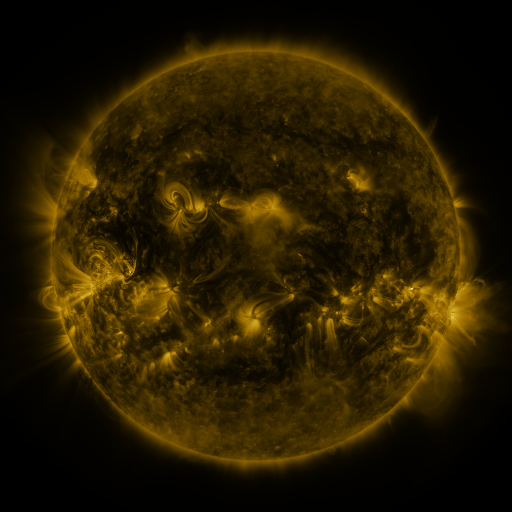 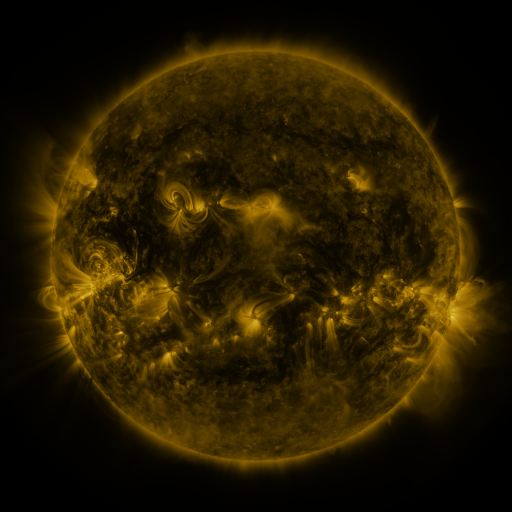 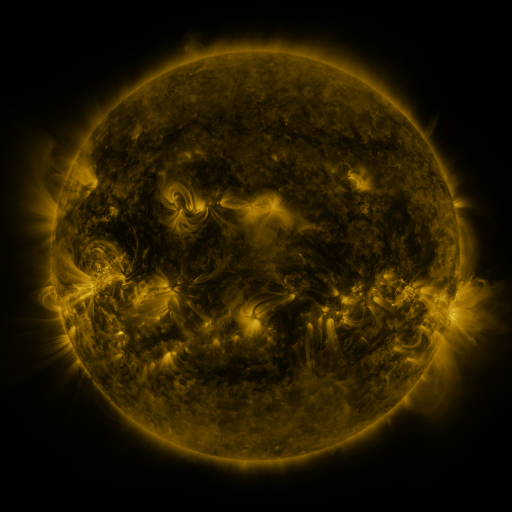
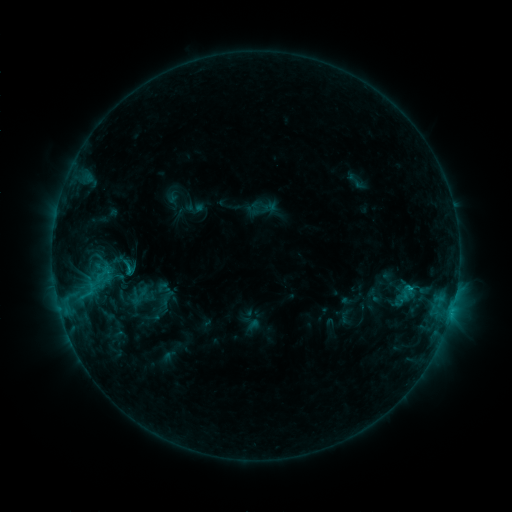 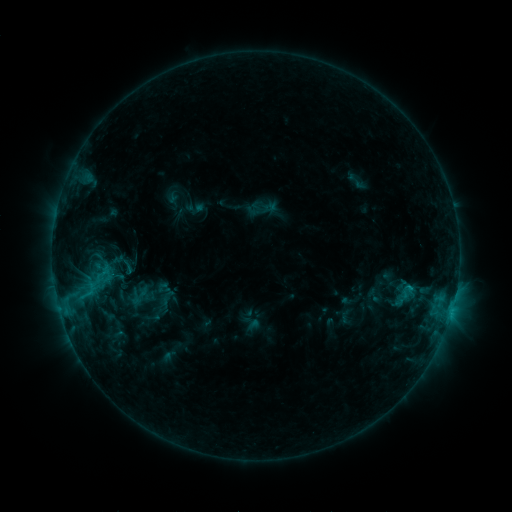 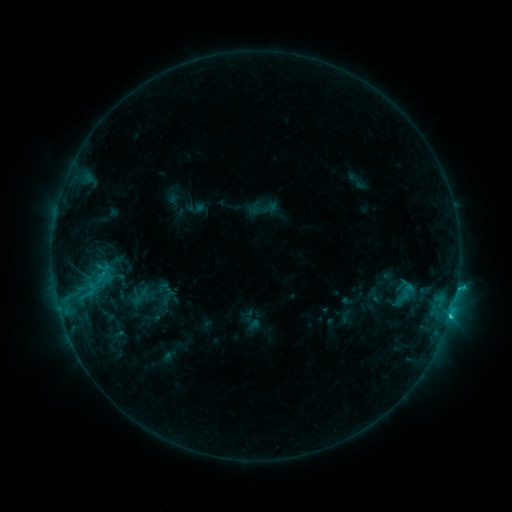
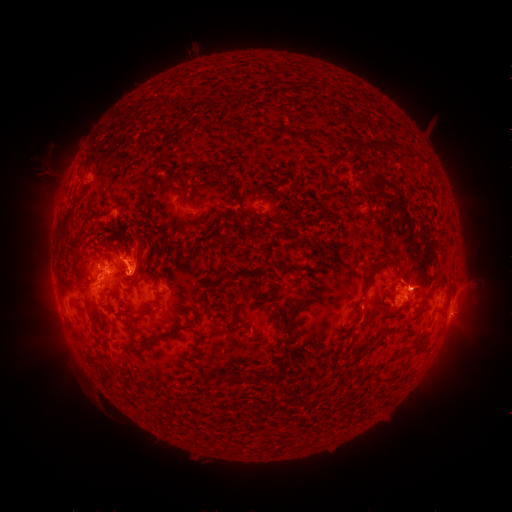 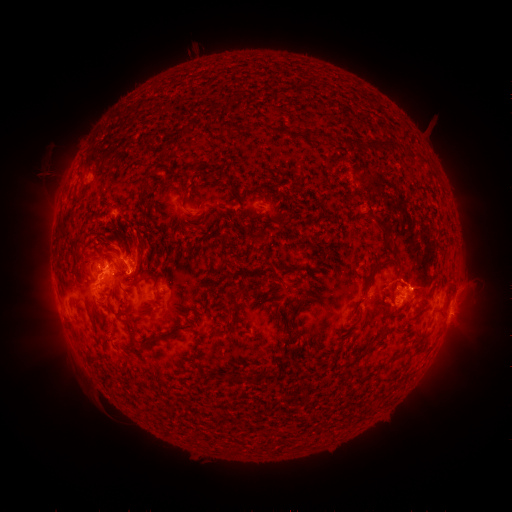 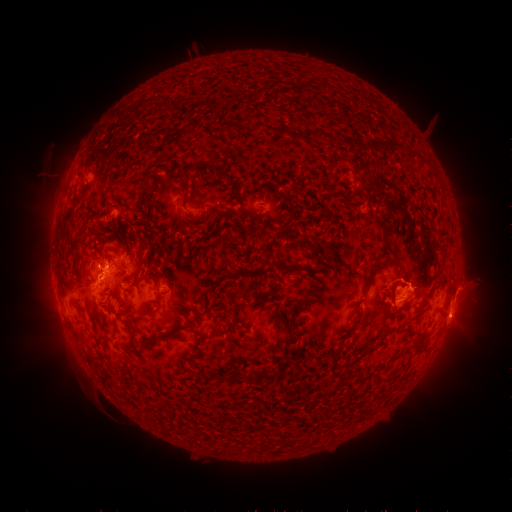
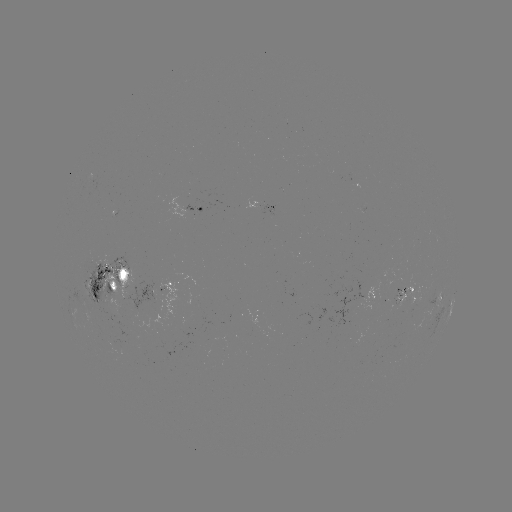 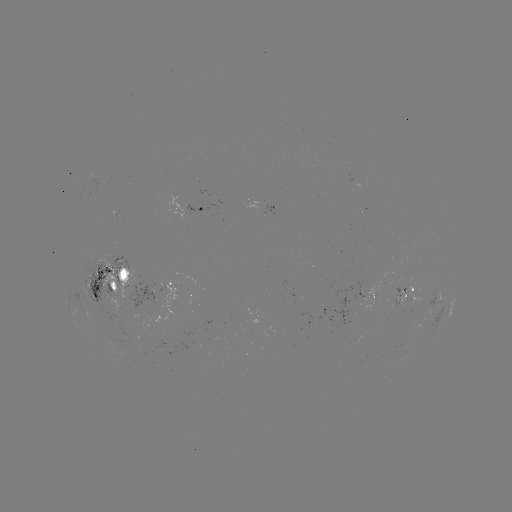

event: flare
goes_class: C2.9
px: (103, 276)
